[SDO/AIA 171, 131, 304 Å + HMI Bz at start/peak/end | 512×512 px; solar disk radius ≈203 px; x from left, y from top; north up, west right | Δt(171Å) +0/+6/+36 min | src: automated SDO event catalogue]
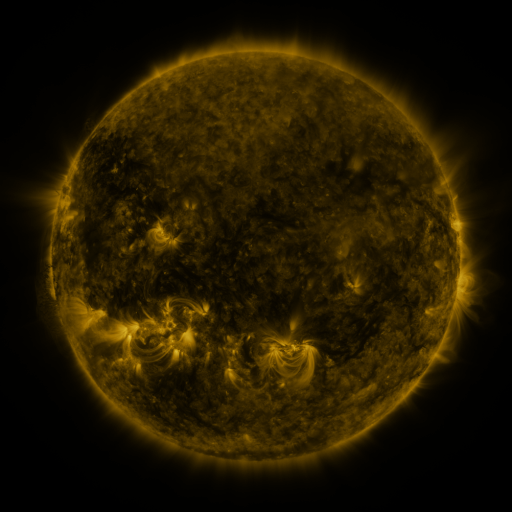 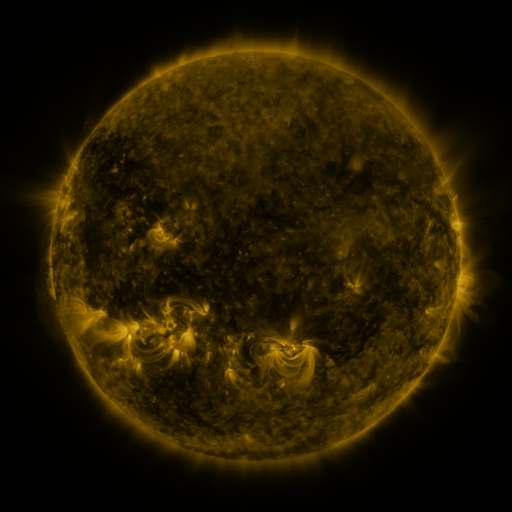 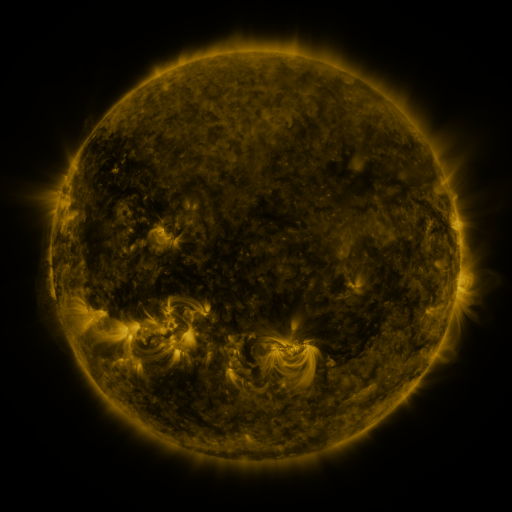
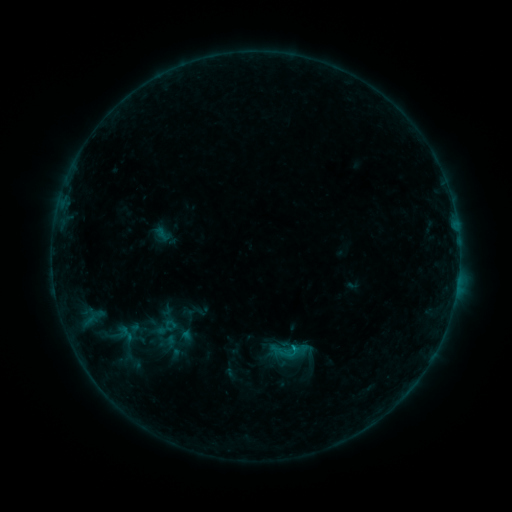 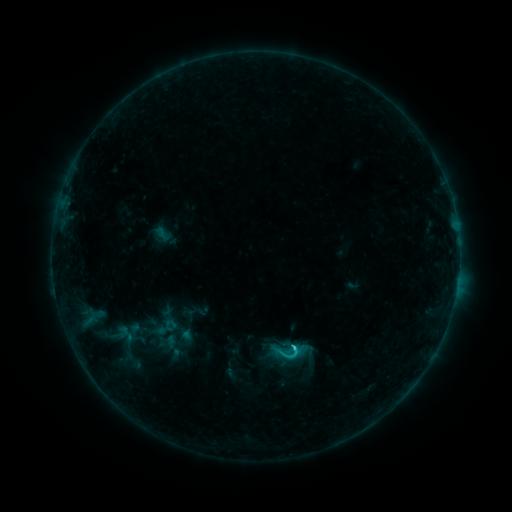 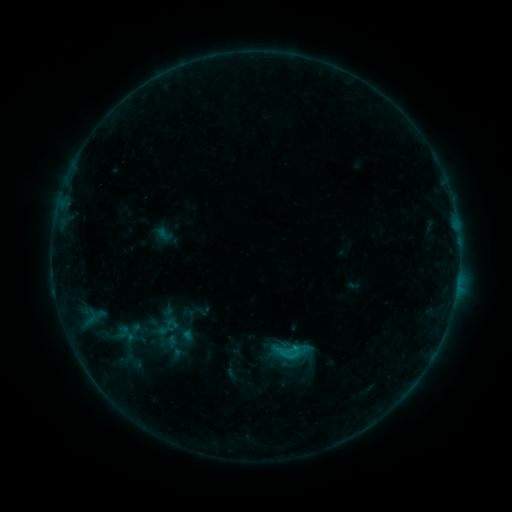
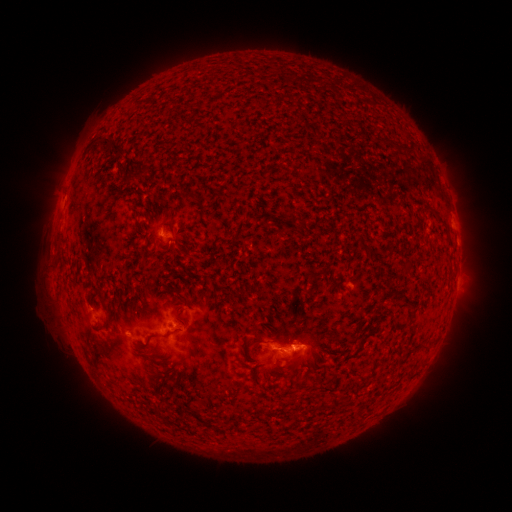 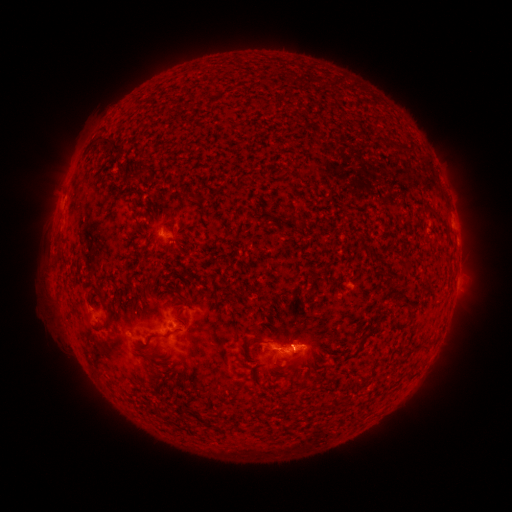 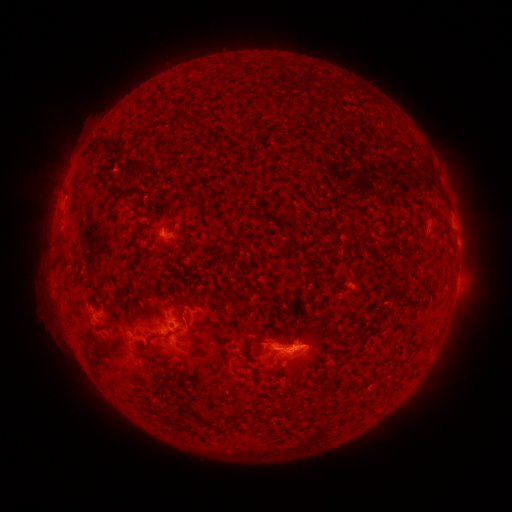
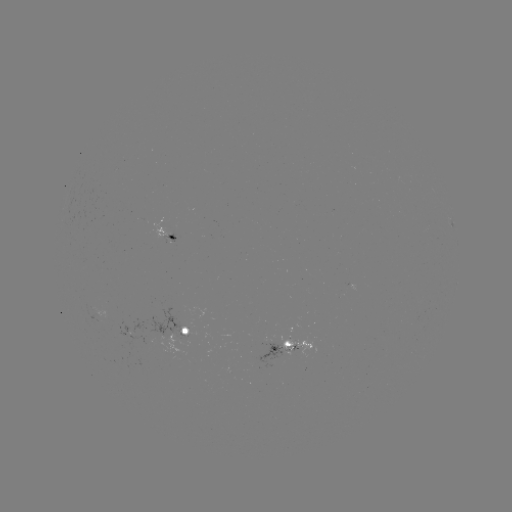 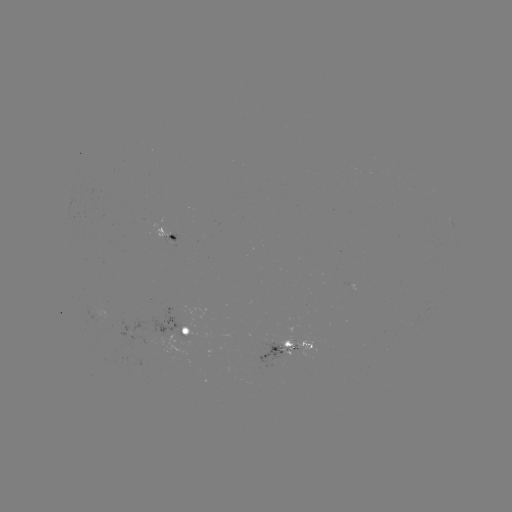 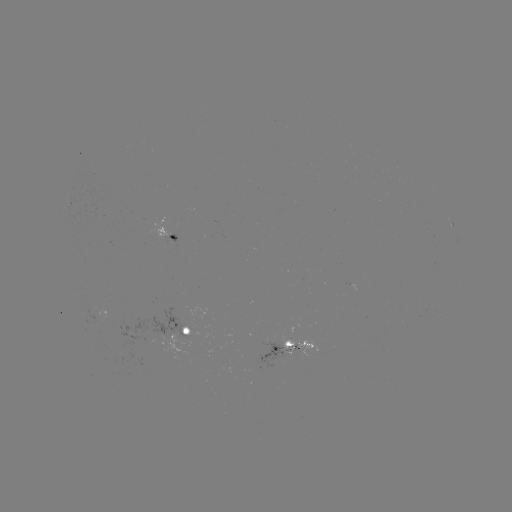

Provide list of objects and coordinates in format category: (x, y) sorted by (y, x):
C1.3 flare: (292, 345)
